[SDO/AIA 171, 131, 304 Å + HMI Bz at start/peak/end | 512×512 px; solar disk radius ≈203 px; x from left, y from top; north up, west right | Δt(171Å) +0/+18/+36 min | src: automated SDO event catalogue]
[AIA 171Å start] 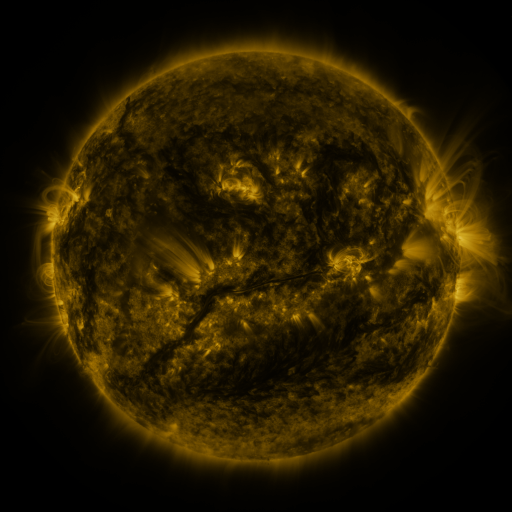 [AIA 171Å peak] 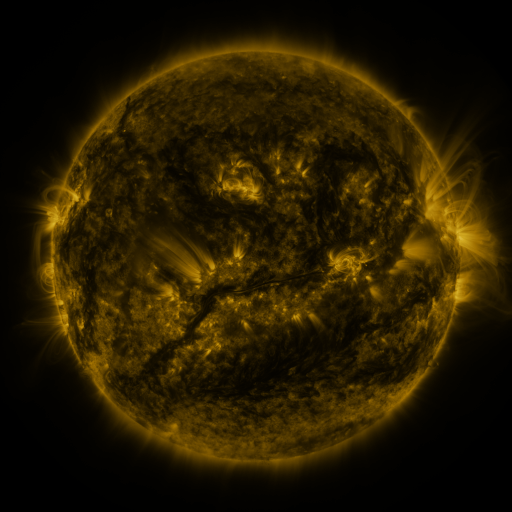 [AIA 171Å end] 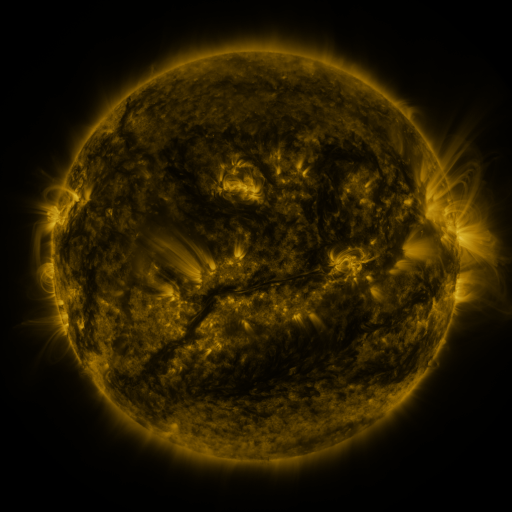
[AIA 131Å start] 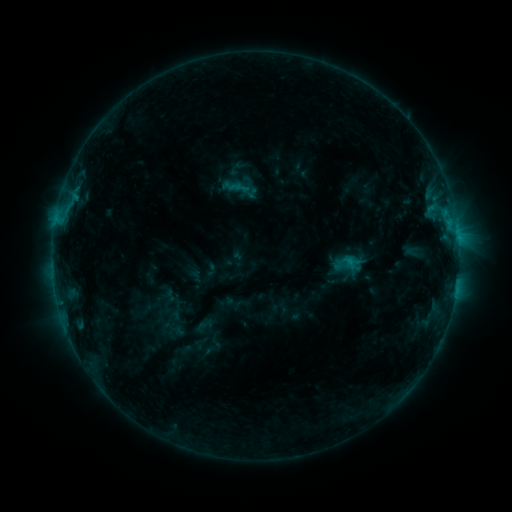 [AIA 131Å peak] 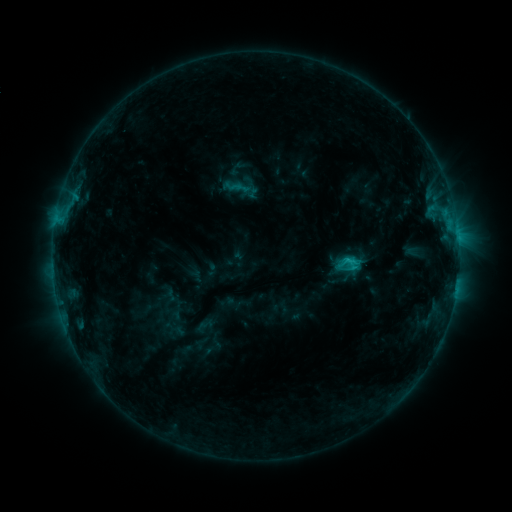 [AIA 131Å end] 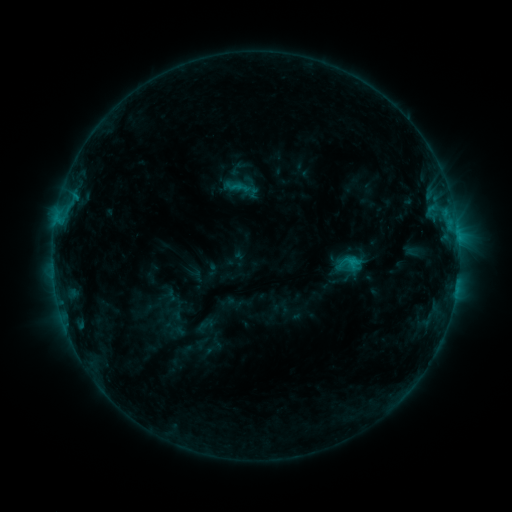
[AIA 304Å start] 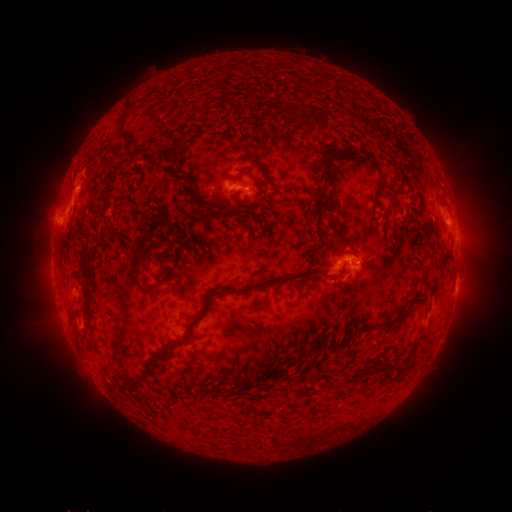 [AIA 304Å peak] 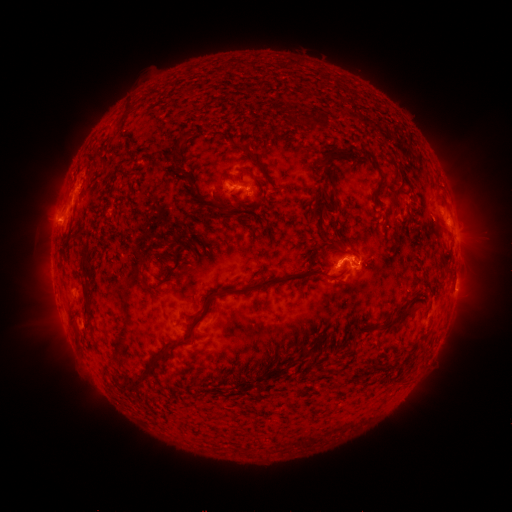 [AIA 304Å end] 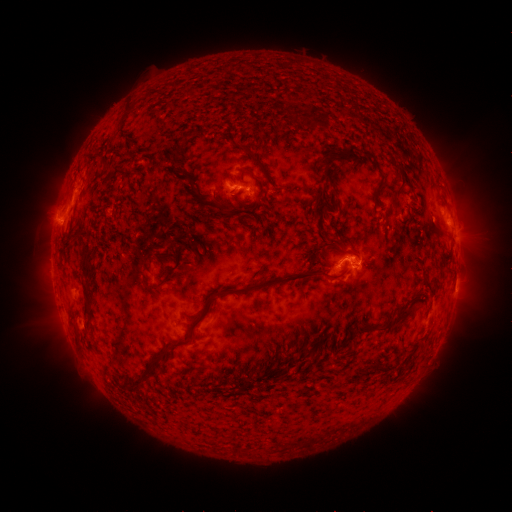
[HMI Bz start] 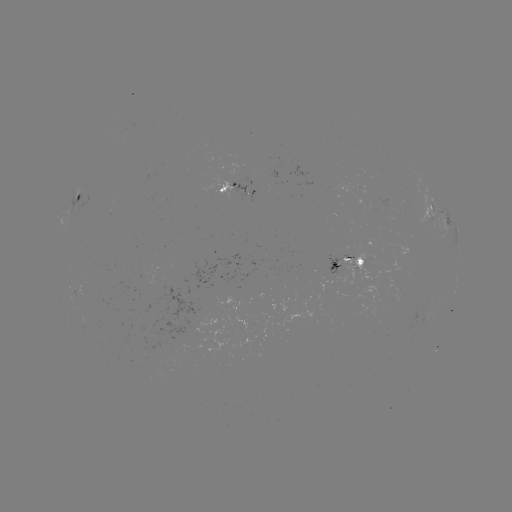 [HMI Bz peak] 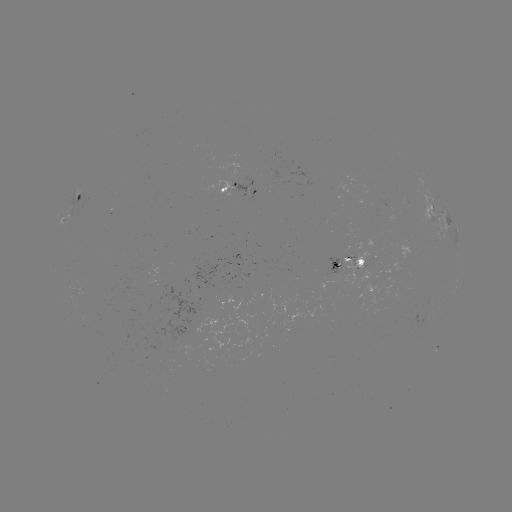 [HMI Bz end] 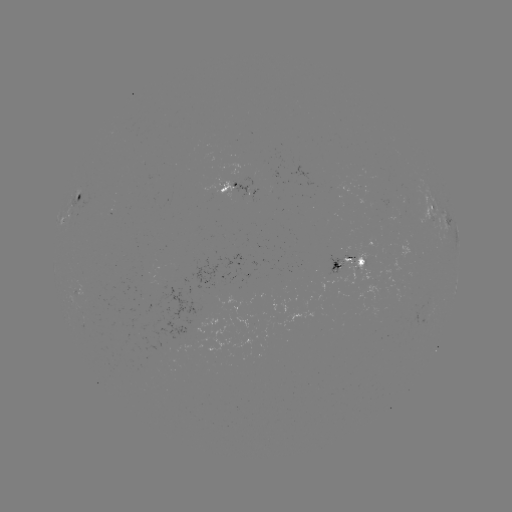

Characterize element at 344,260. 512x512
C1.5 flare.